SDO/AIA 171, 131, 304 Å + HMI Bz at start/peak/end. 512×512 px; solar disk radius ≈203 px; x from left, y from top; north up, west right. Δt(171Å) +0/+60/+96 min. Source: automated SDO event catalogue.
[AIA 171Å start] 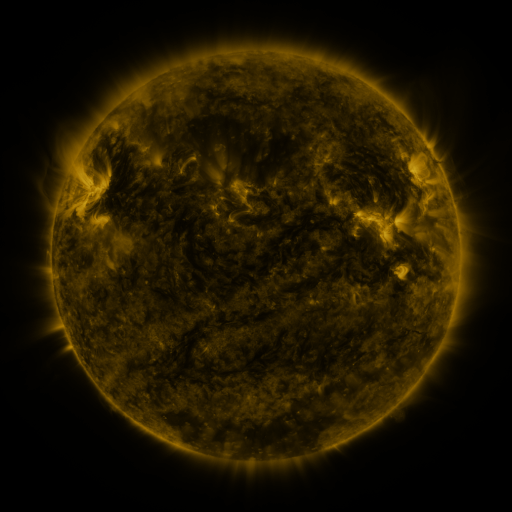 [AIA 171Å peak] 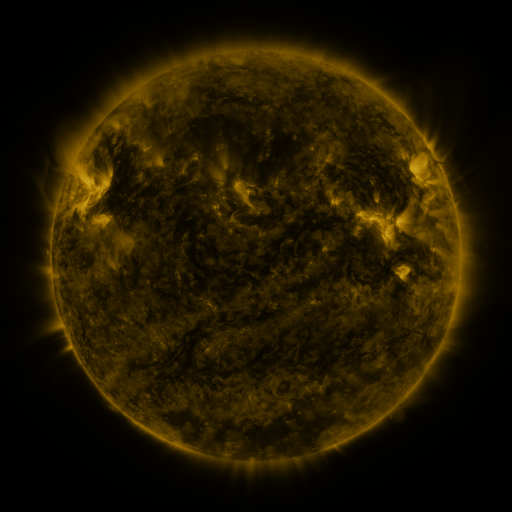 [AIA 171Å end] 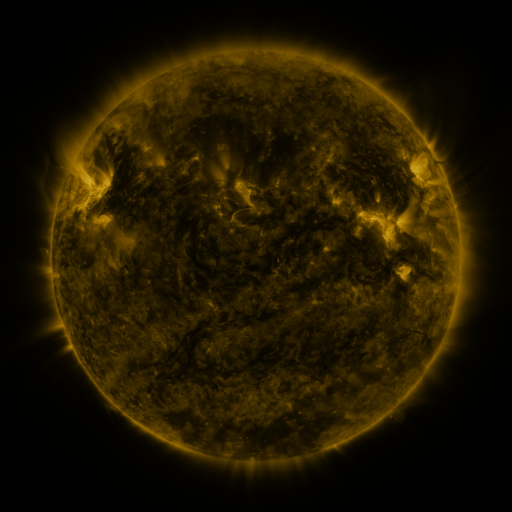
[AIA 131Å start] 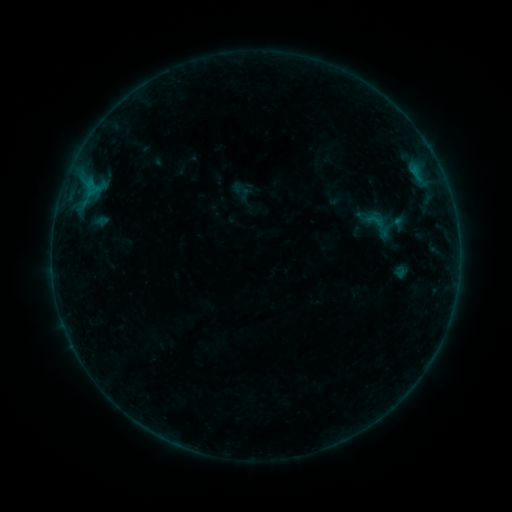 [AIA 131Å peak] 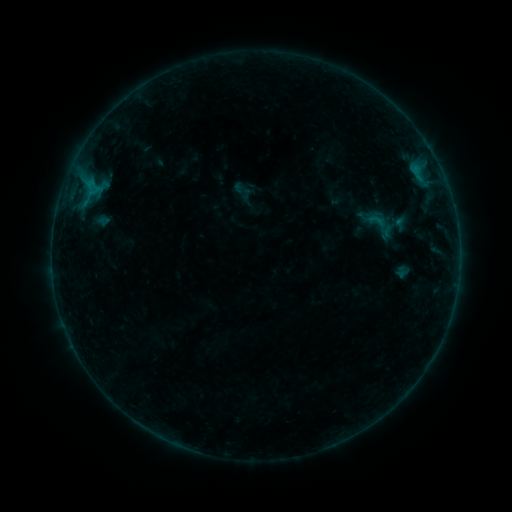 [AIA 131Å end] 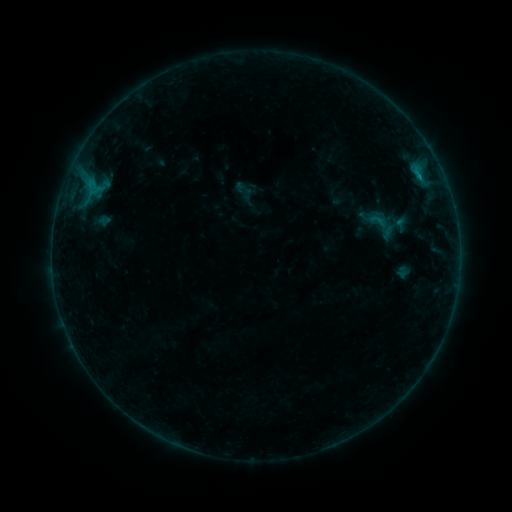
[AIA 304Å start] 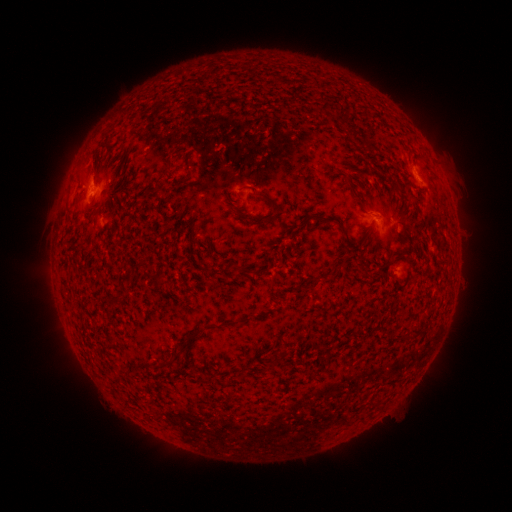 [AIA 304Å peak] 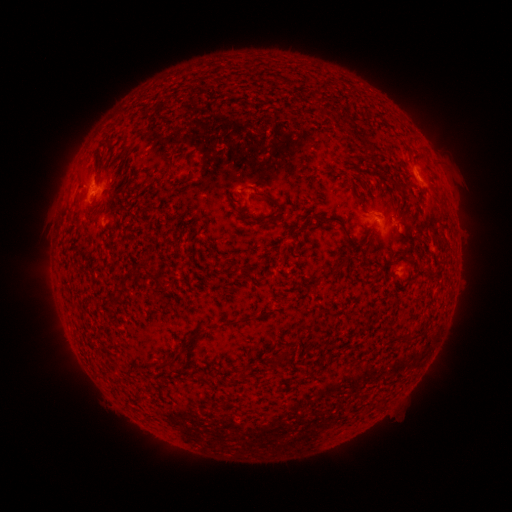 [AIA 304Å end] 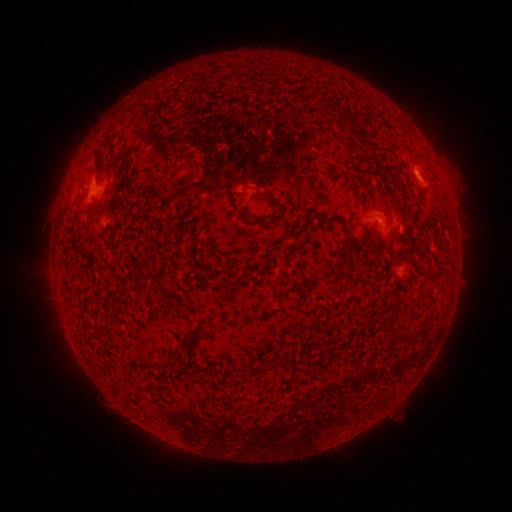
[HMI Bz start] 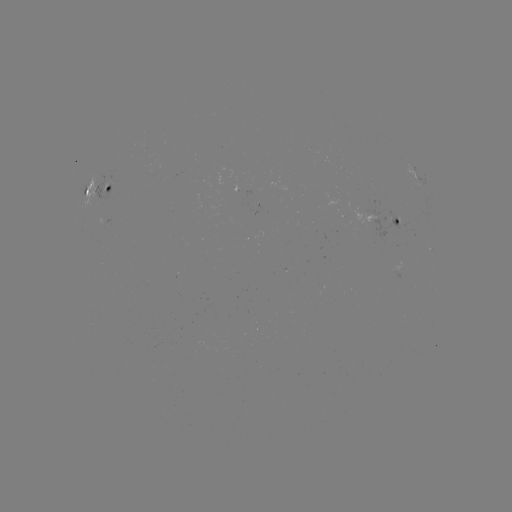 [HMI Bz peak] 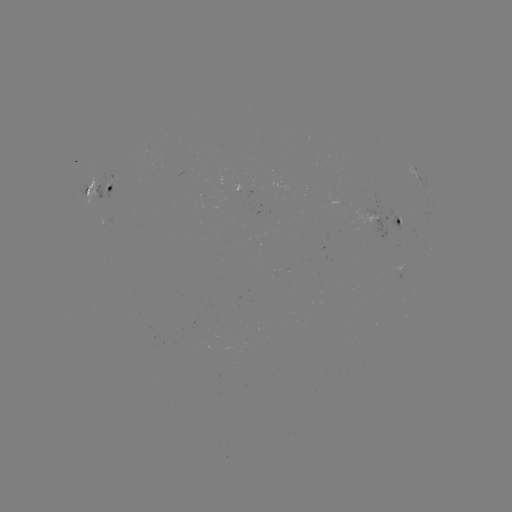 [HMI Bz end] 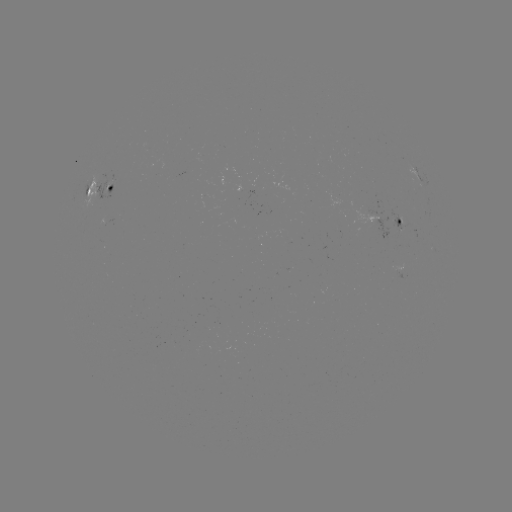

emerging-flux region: (104, 180, 114, 191)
